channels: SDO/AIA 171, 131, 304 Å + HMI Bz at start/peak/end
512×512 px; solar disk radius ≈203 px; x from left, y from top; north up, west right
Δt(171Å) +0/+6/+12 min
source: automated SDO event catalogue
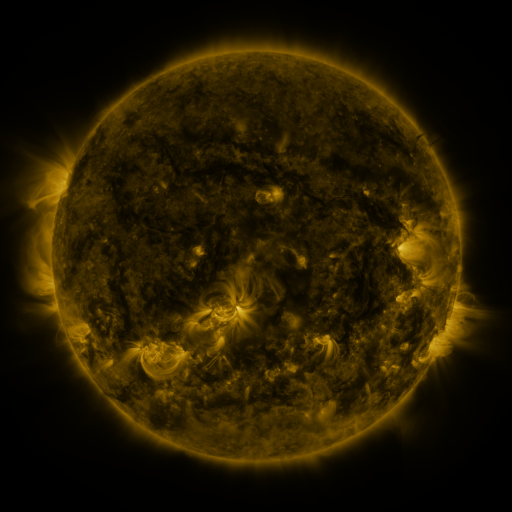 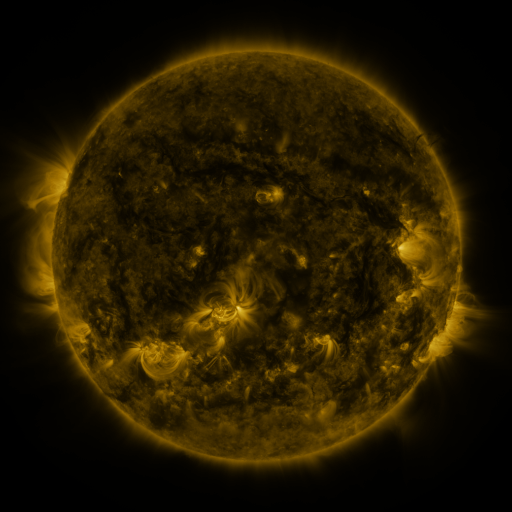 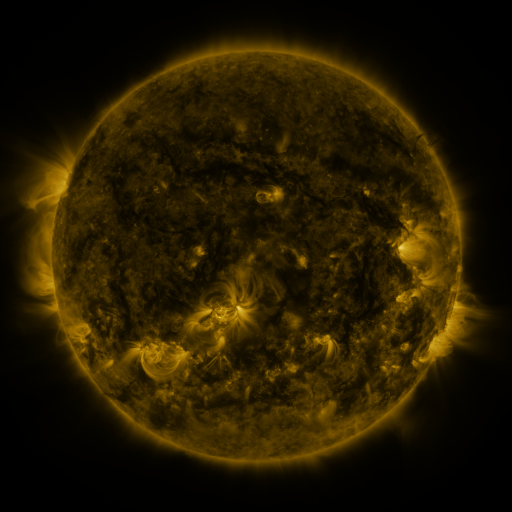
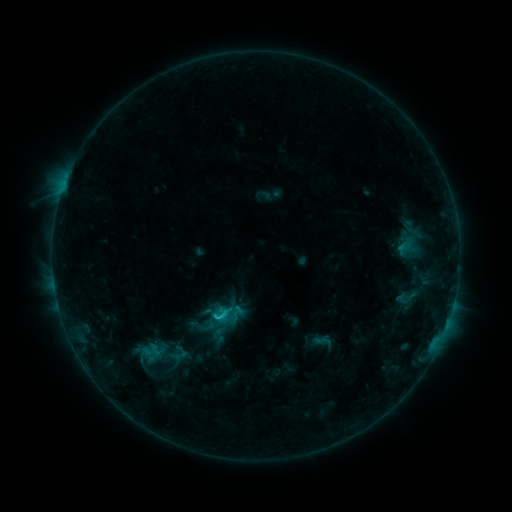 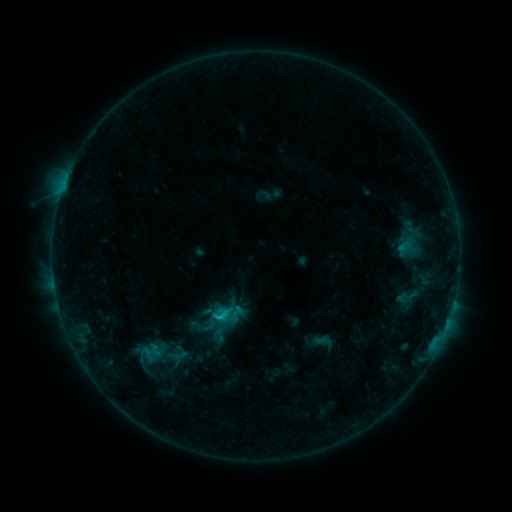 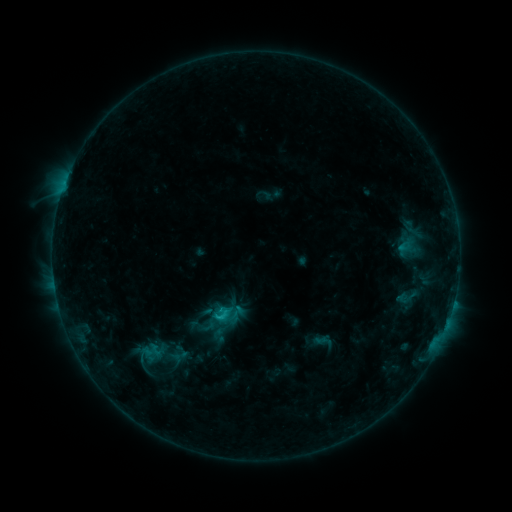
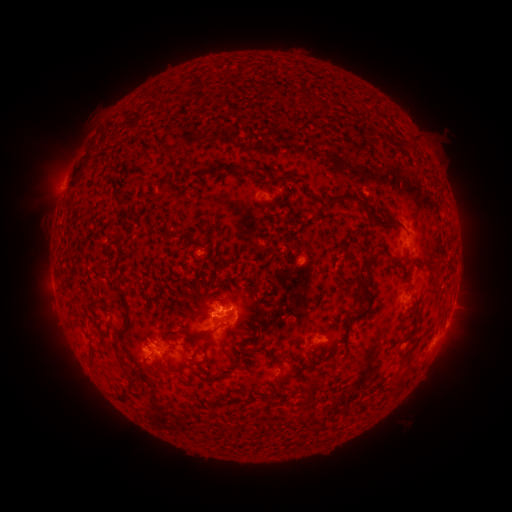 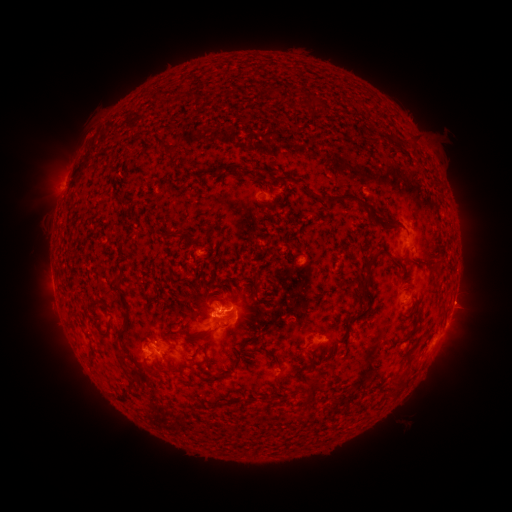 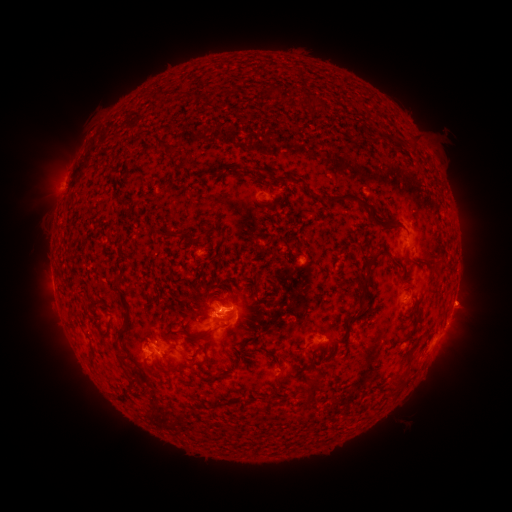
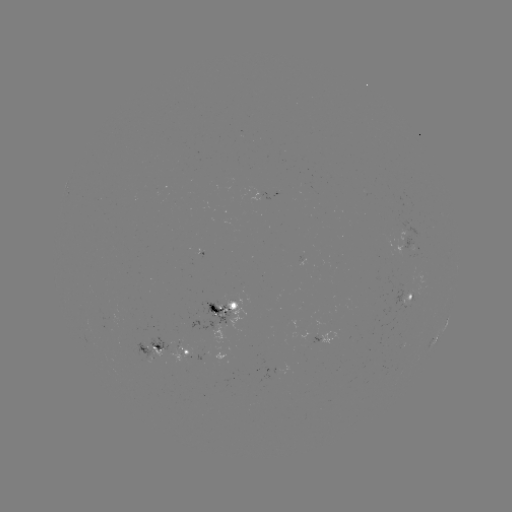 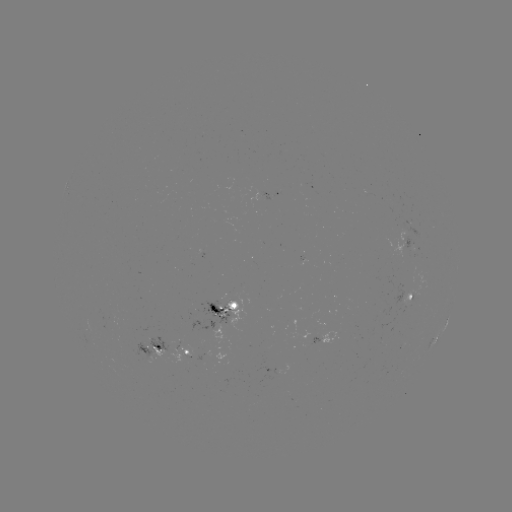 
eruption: (439, 279, 492, 328)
